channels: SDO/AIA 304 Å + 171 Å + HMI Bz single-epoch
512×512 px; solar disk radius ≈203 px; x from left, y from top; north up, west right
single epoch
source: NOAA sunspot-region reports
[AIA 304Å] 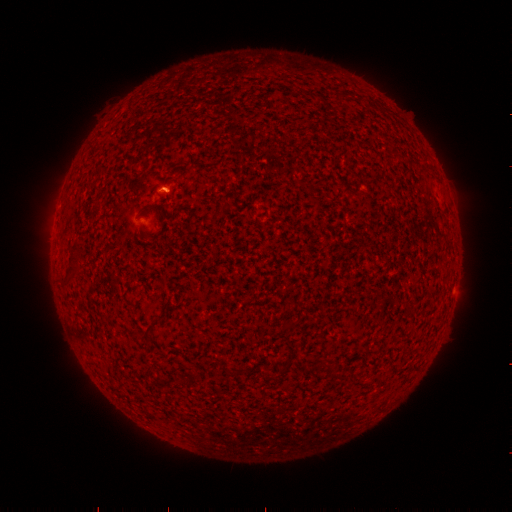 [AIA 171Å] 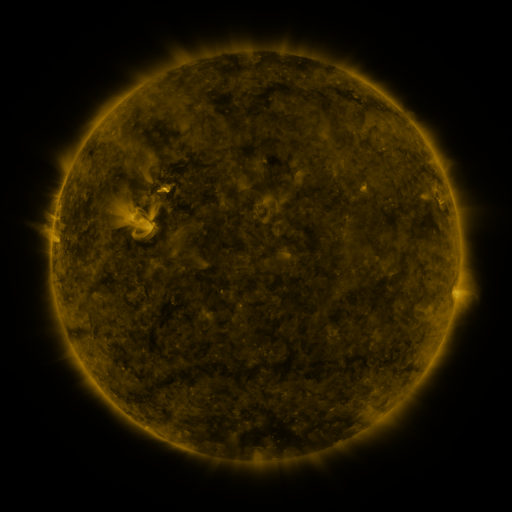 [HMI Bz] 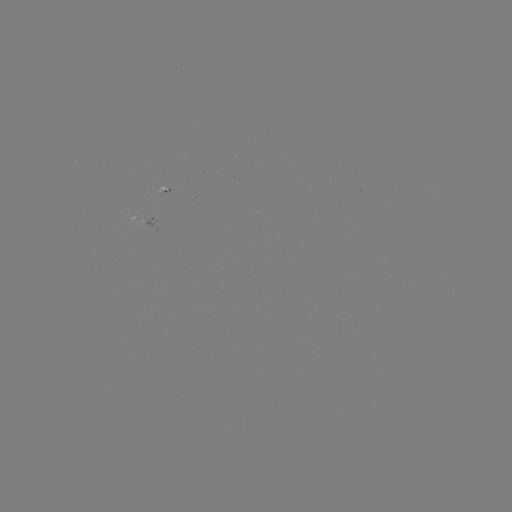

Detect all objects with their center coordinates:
(none)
